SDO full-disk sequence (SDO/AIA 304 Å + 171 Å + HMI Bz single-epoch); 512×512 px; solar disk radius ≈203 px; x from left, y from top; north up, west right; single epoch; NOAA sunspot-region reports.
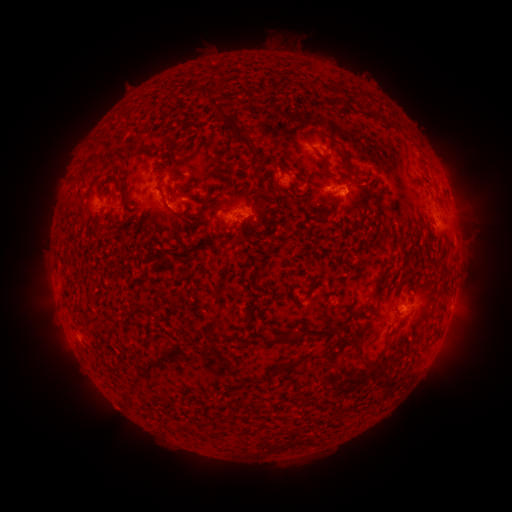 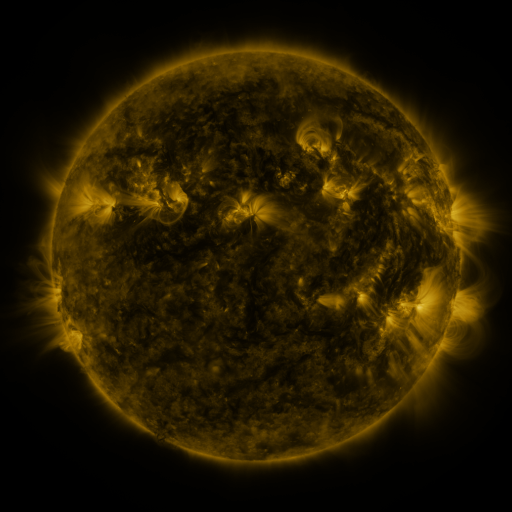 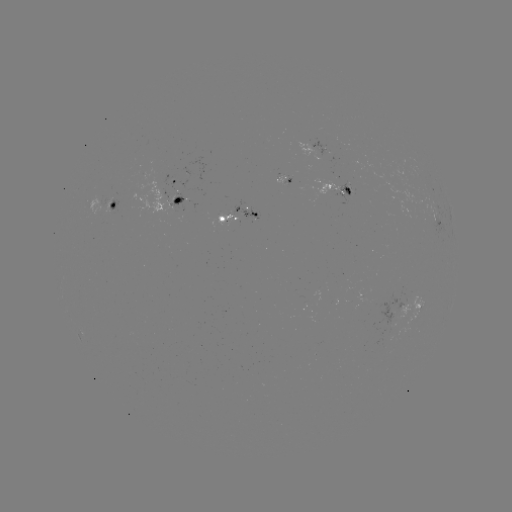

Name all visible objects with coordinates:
spotted active region: (322, 148)
spotted active region: (182, 177)
spotted active region: (342, 184)
spotted active region: (177, 201)
spotted active region: (116, 206)
spotted active region: (241, 212)
spotted active region: (410, 303)
